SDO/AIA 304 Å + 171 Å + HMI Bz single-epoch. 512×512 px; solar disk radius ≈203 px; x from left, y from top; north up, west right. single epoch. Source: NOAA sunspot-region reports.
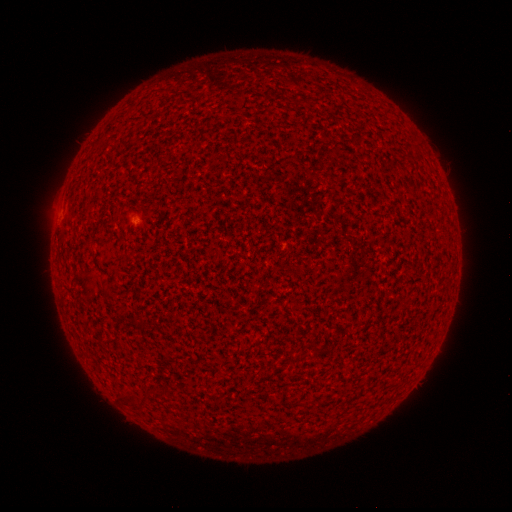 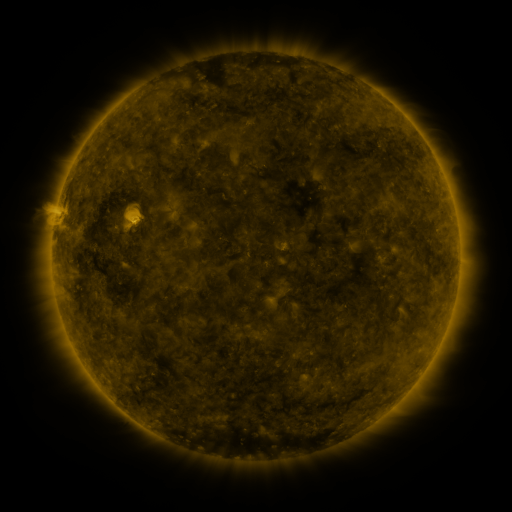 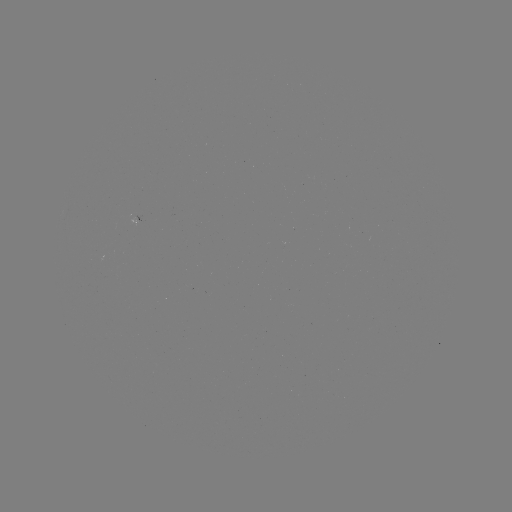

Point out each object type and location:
(none)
